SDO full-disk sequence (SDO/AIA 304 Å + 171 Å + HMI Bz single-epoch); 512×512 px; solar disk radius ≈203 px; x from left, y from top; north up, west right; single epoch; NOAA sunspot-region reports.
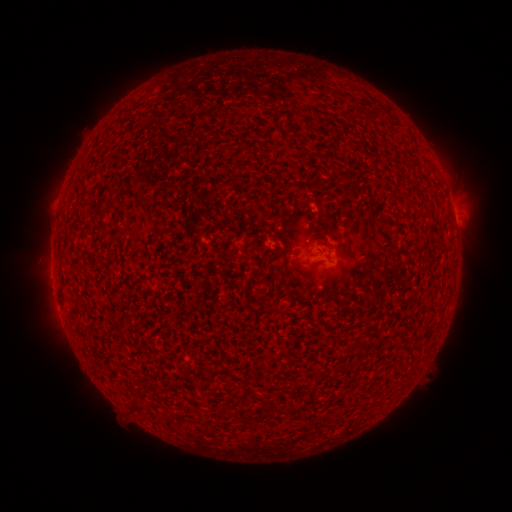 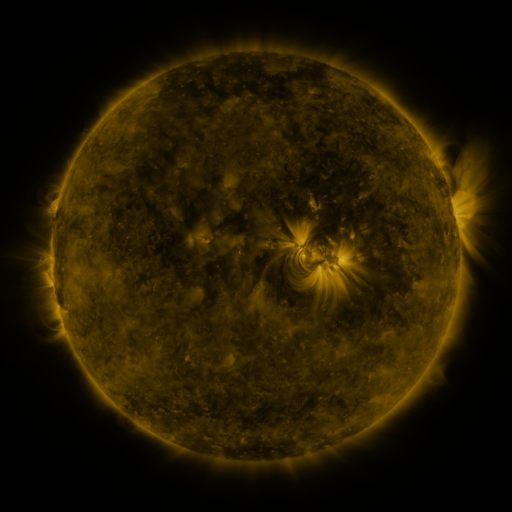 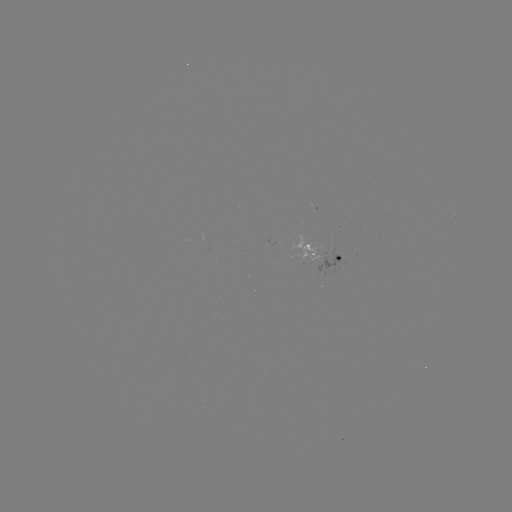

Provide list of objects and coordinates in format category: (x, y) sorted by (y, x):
spotted active region: (453, 209)
spotted active region: (325, 254)
